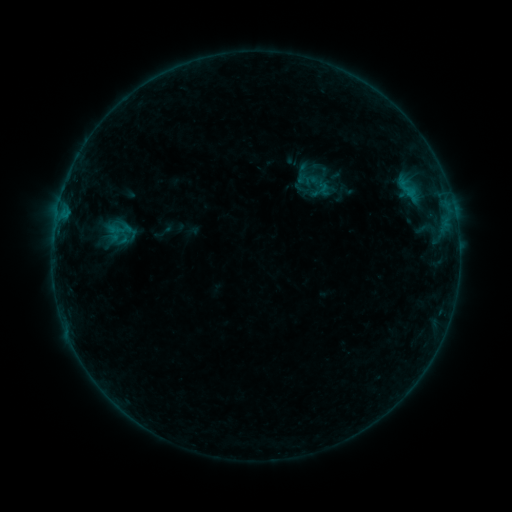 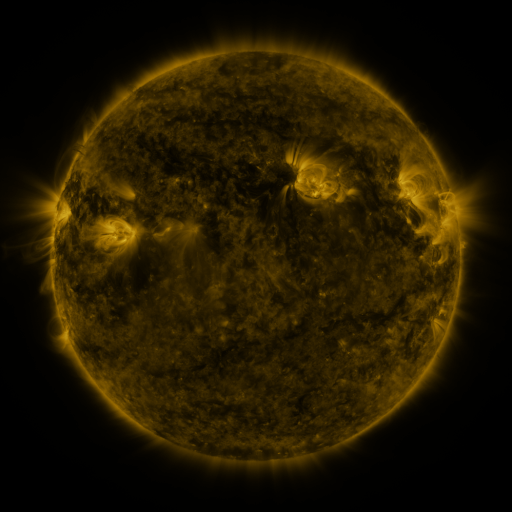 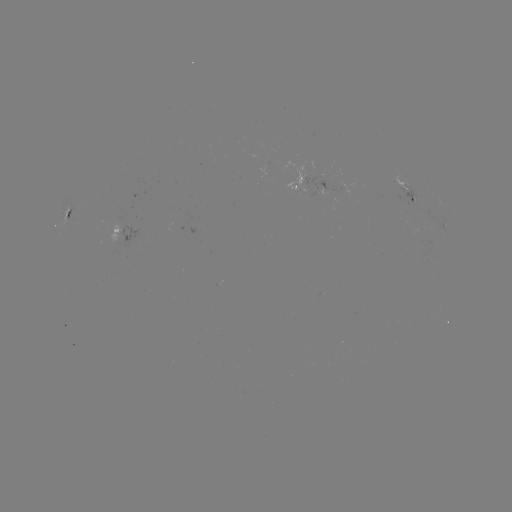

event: sigmoid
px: (321, 190)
